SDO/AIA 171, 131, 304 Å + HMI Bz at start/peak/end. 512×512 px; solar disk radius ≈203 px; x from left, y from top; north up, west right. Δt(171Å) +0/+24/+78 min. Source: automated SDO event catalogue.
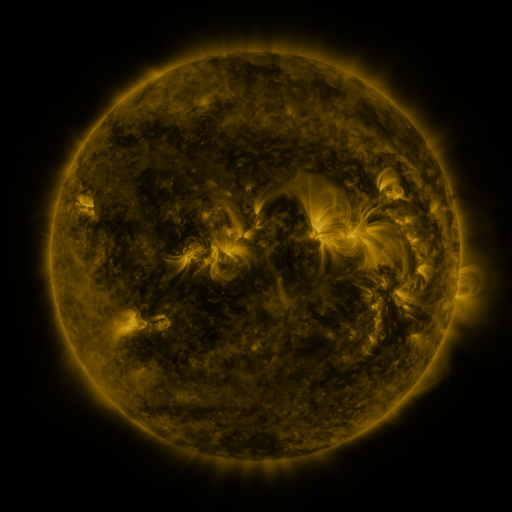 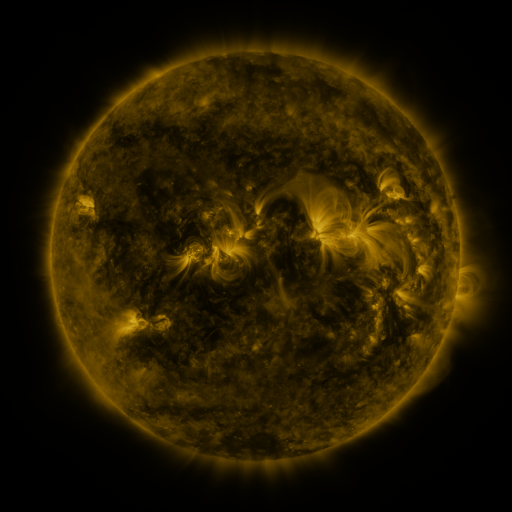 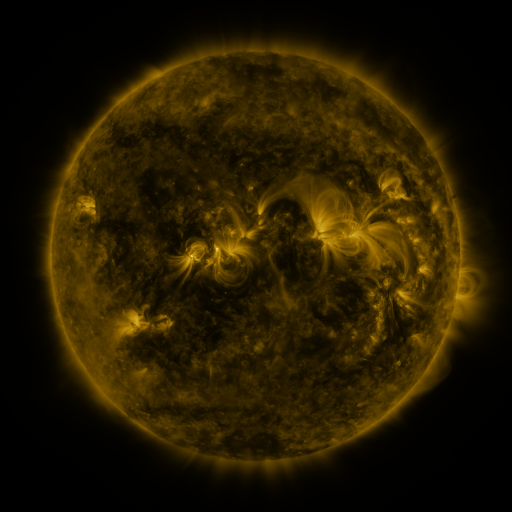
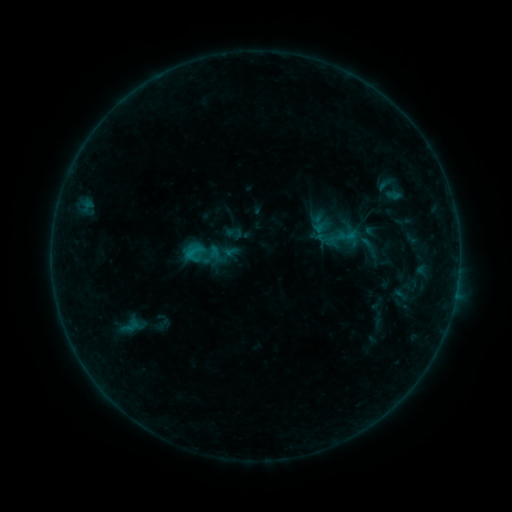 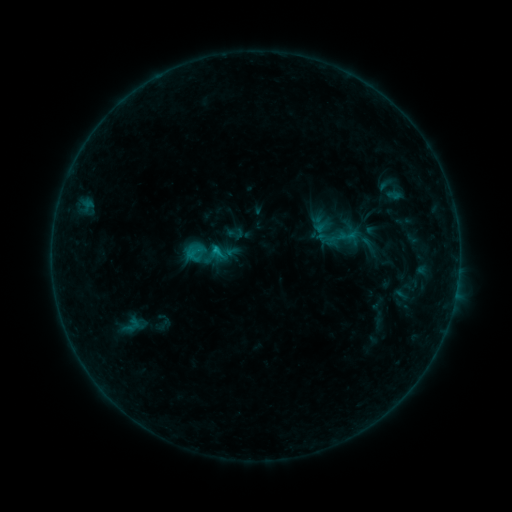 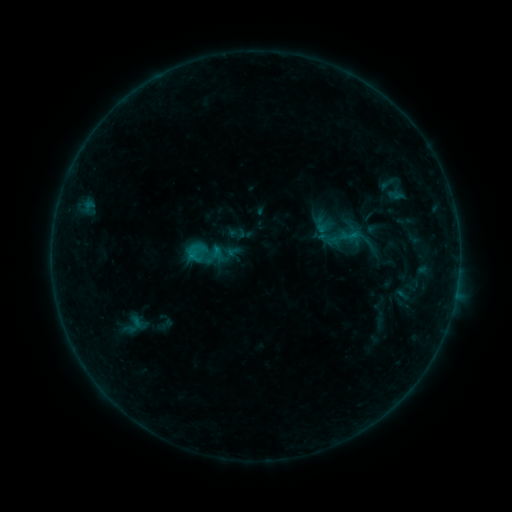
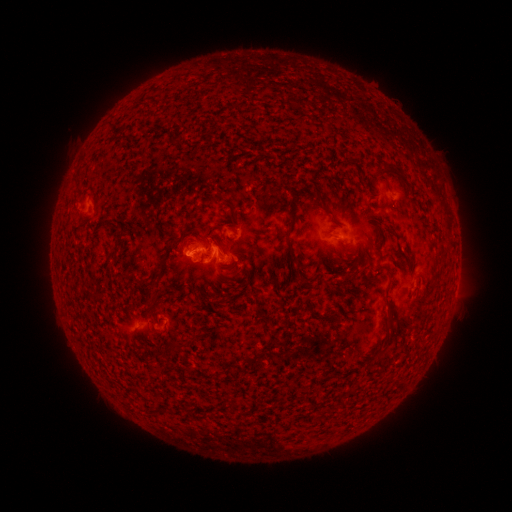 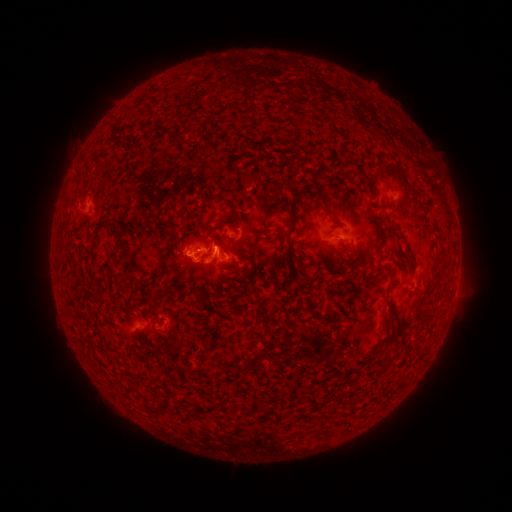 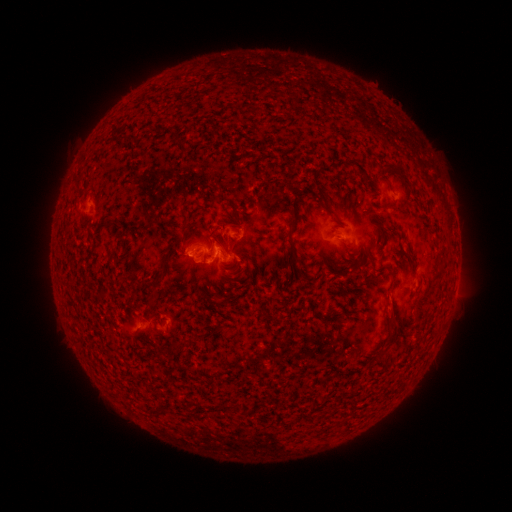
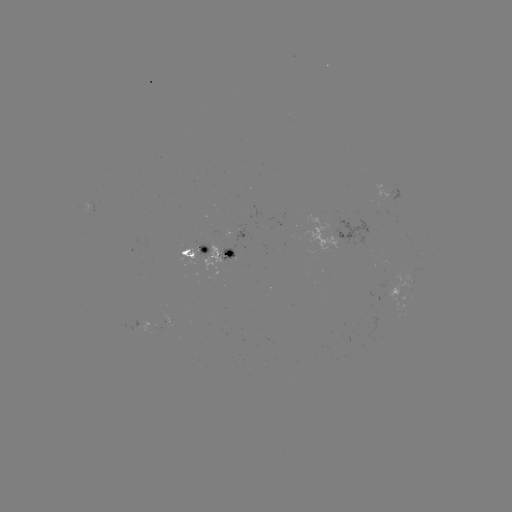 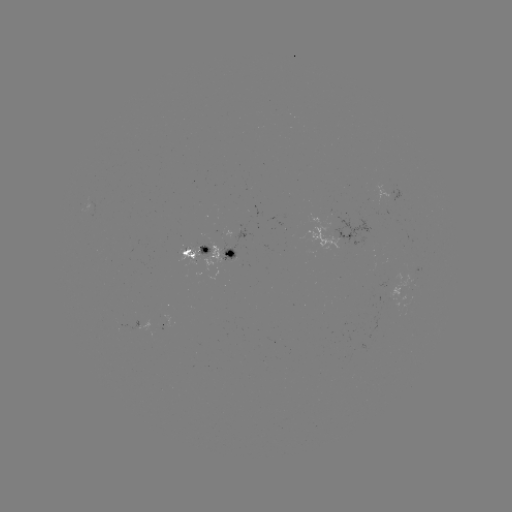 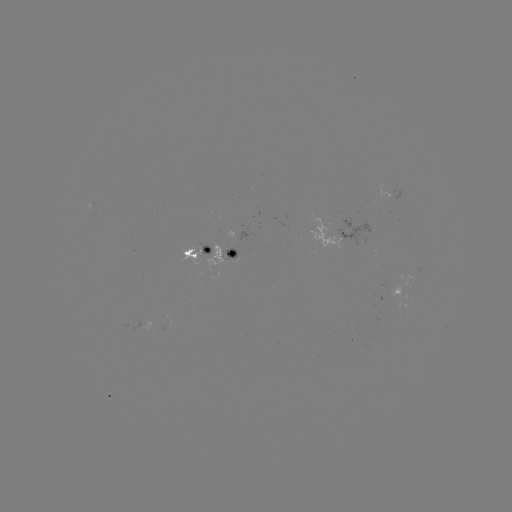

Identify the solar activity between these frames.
B8.4 flare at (217, 250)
